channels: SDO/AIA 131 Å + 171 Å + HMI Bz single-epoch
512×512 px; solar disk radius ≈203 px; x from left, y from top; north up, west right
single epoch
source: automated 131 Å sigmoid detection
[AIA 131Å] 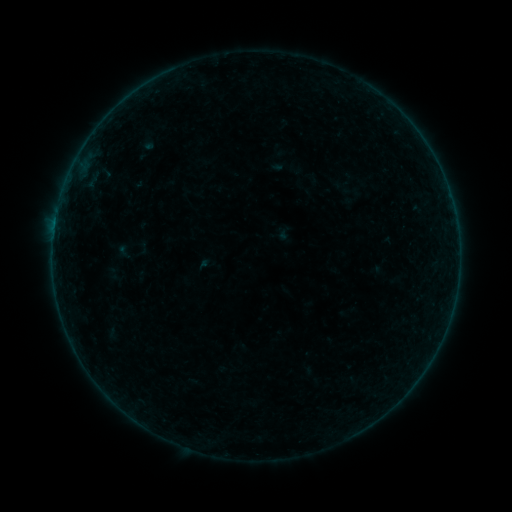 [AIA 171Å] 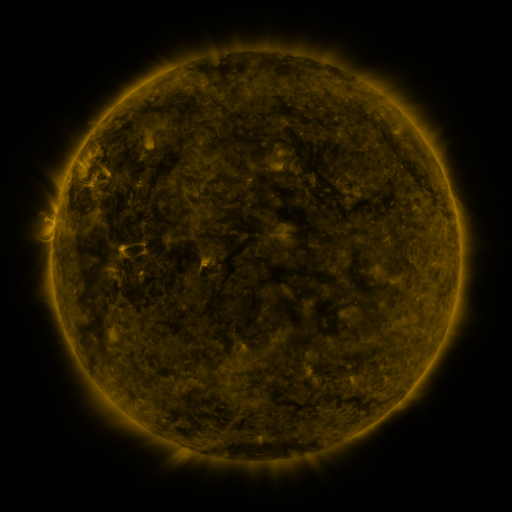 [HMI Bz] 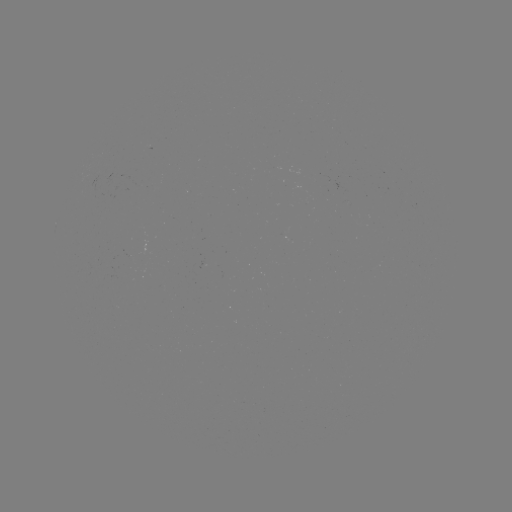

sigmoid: <bbox>115, 243, 133, 260</bbox>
